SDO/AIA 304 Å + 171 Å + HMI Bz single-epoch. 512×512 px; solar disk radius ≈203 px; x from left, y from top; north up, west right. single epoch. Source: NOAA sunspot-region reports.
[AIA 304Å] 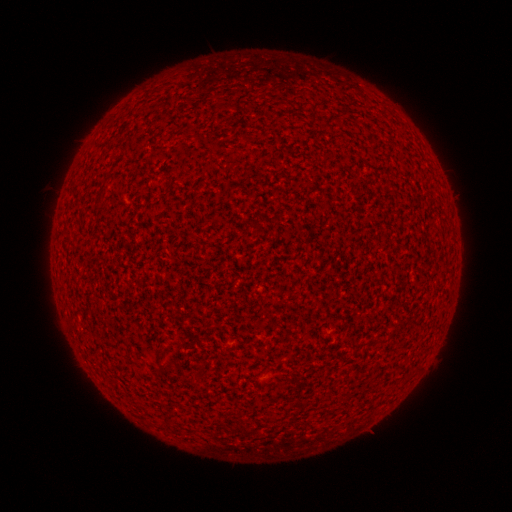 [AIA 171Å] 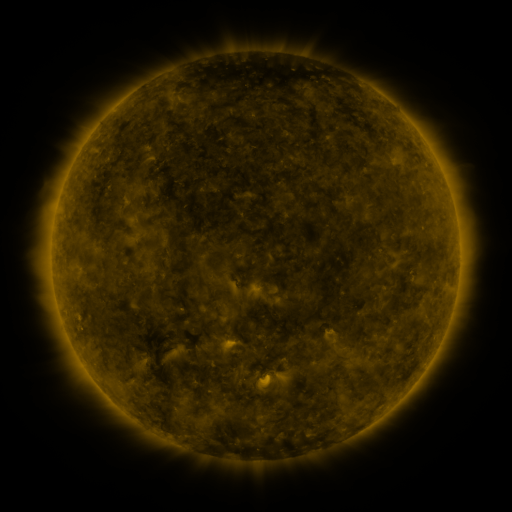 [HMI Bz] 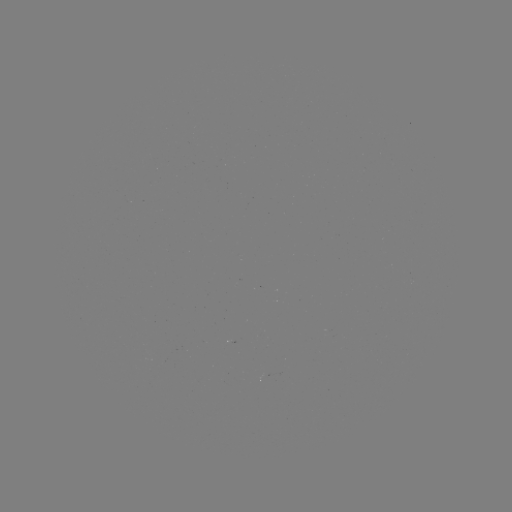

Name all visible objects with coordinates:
(none)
